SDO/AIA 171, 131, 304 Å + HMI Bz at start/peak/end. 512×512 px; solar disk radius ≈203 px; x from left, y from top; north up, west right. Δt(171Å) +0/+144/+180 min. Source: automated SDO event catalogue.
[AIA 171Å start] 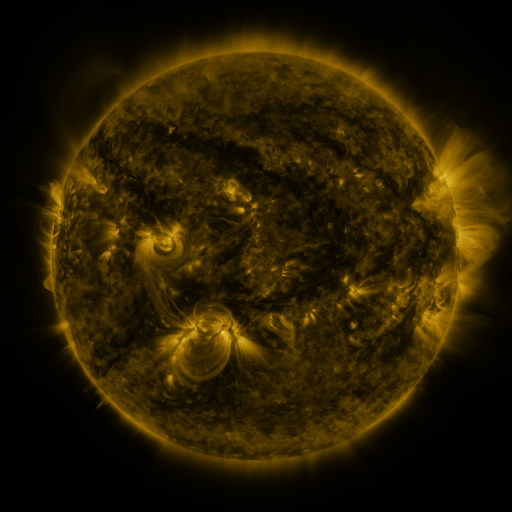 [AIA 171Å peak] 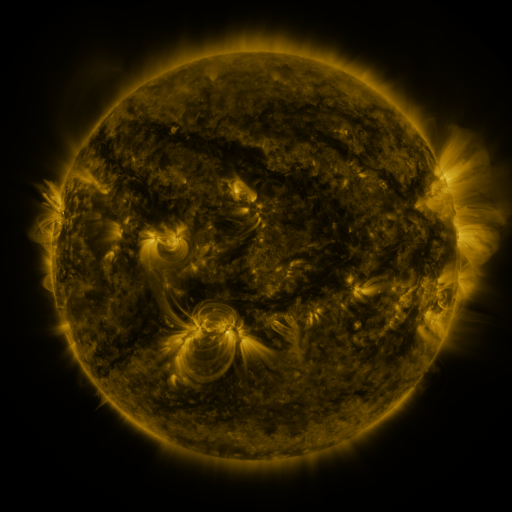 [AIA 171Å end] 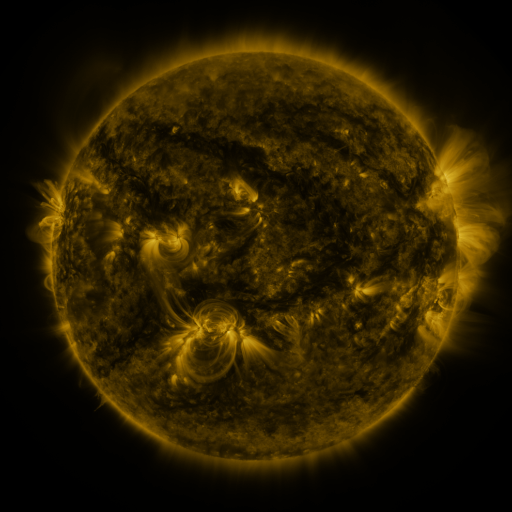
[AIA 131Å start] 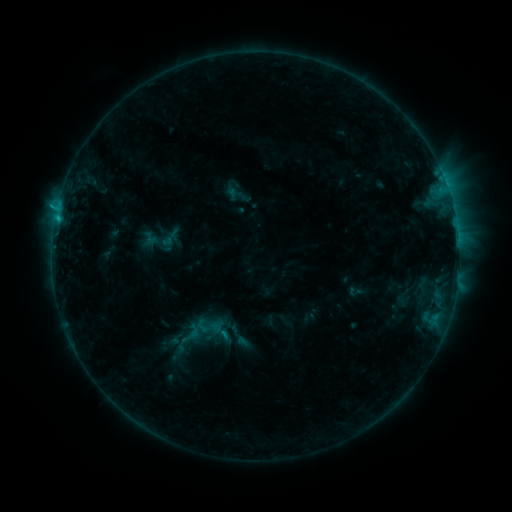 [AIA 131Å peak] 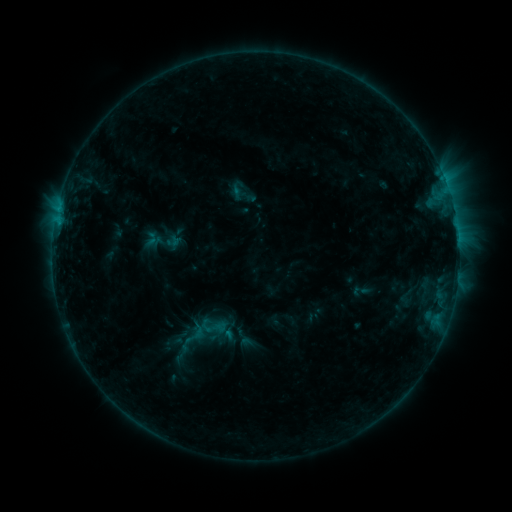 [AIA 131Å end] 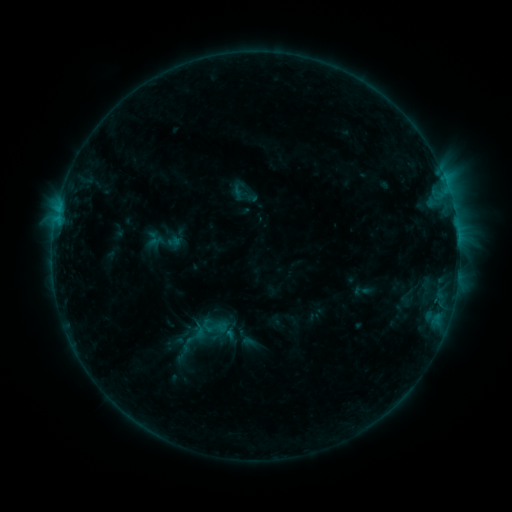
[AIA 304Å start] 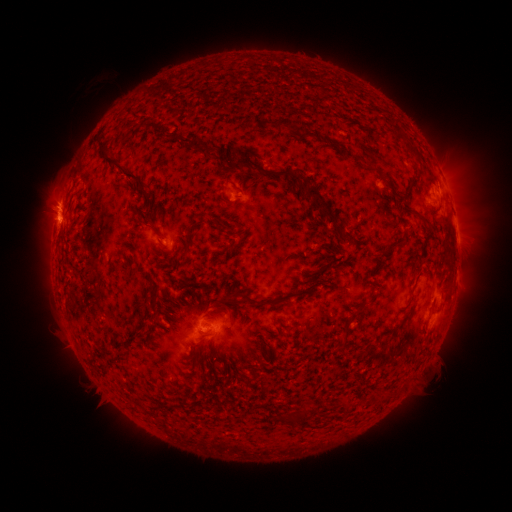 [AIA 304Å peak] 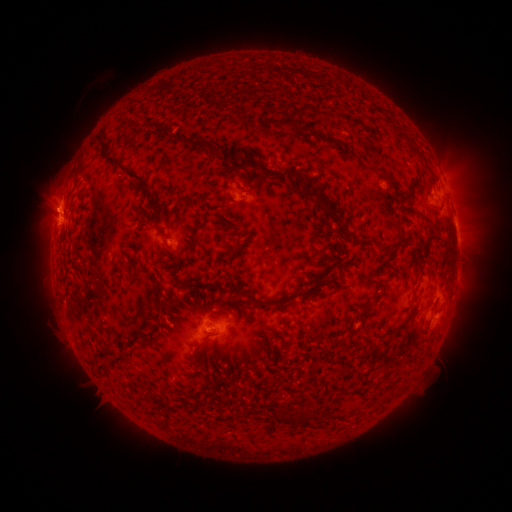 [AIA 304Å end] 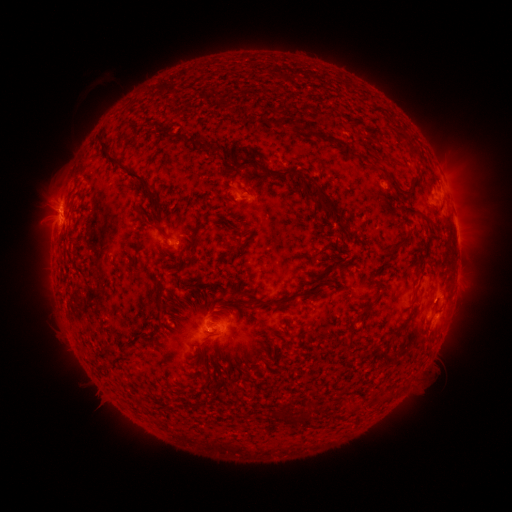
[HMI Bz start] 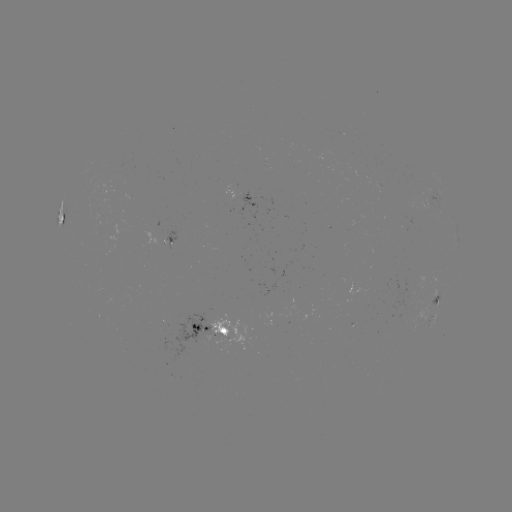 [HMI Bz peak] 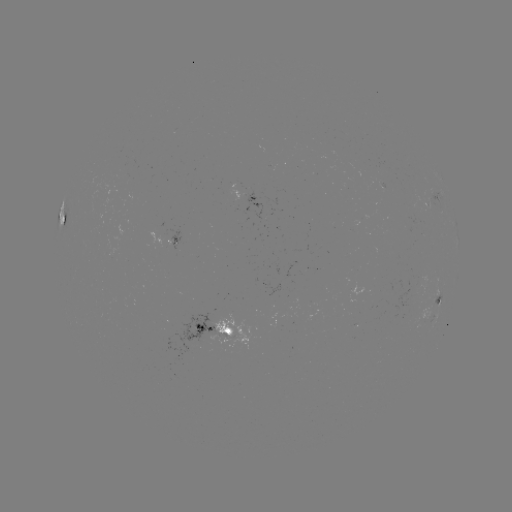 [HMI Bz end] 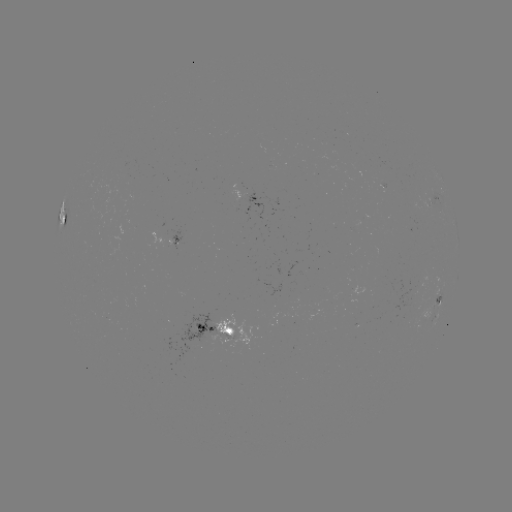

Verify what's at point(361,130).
emerging-flux region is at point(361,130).